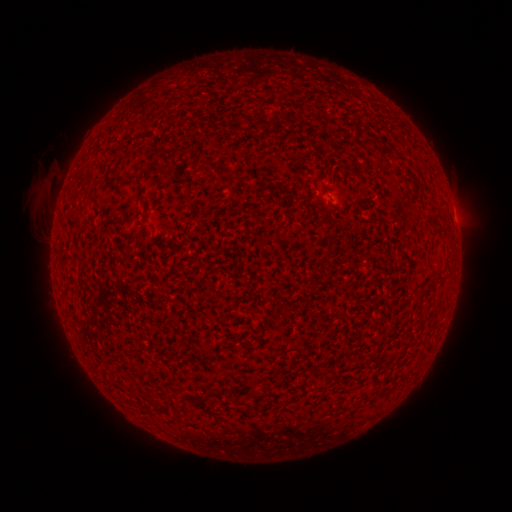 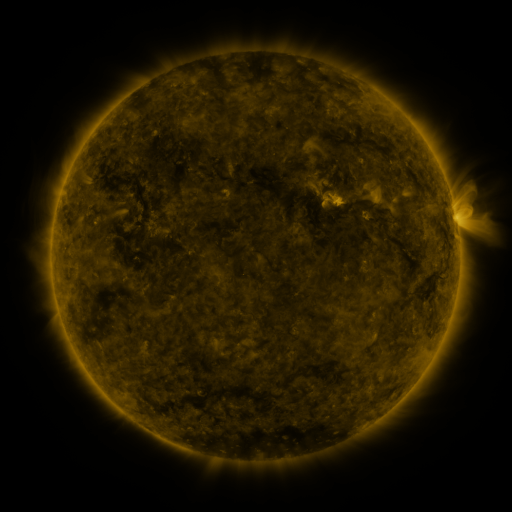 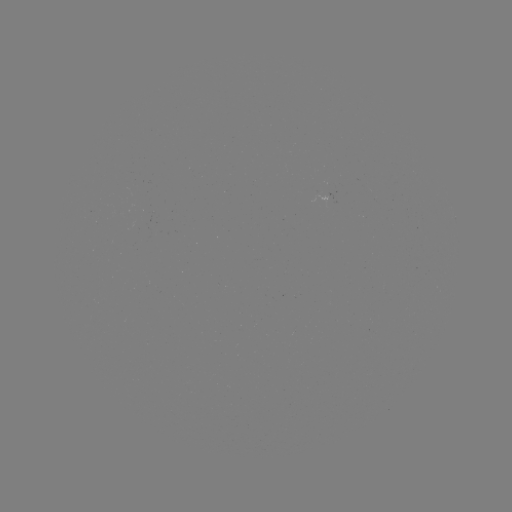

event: filament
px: (215, 393)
